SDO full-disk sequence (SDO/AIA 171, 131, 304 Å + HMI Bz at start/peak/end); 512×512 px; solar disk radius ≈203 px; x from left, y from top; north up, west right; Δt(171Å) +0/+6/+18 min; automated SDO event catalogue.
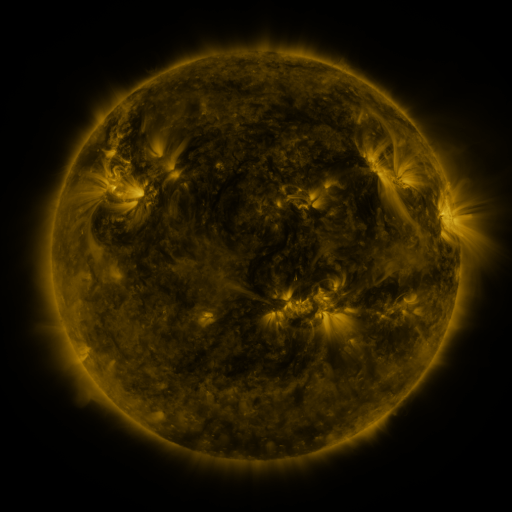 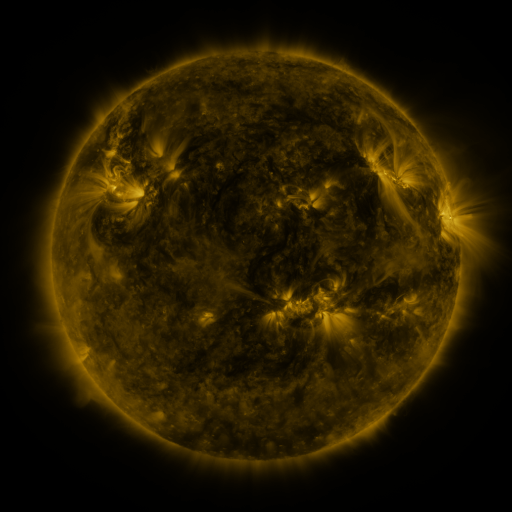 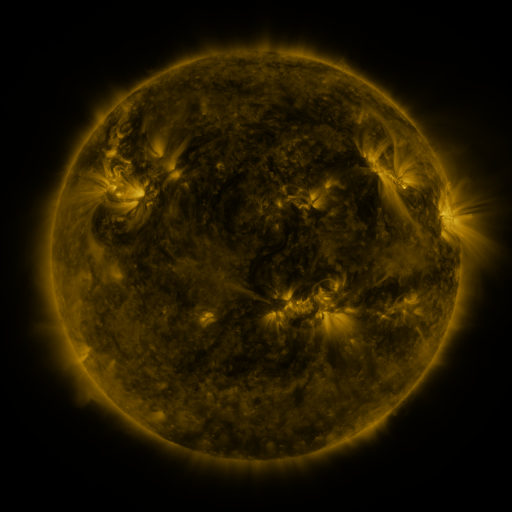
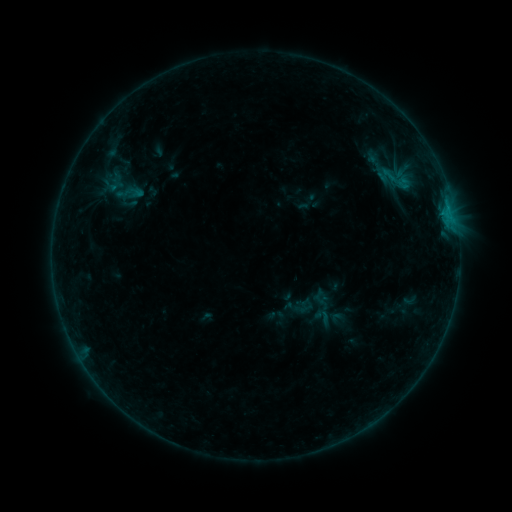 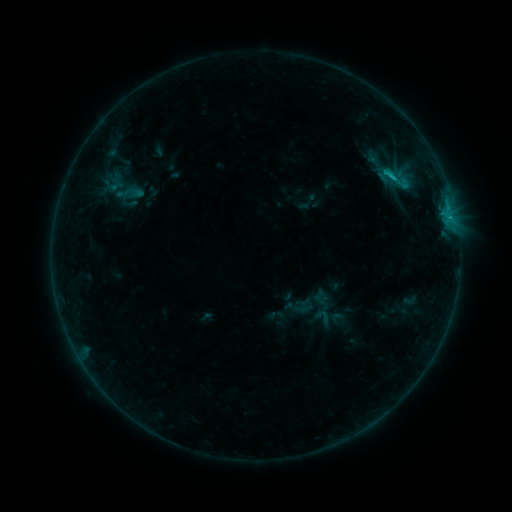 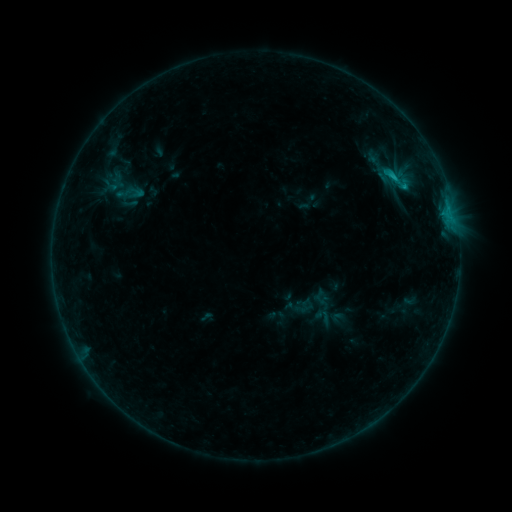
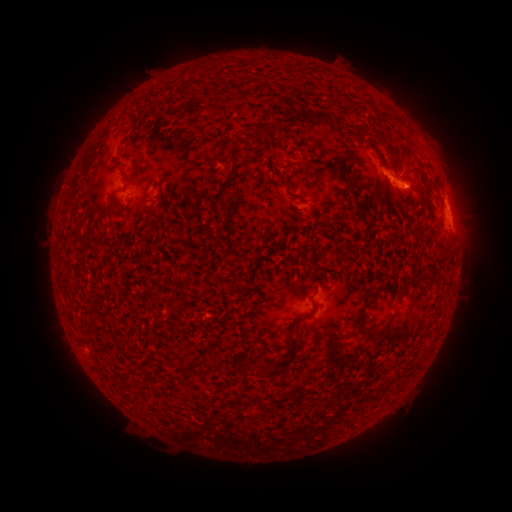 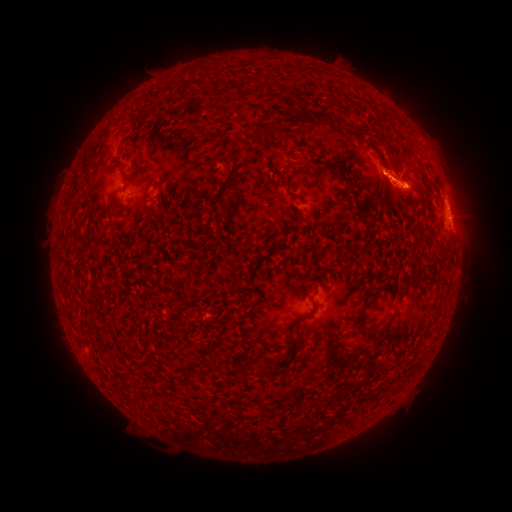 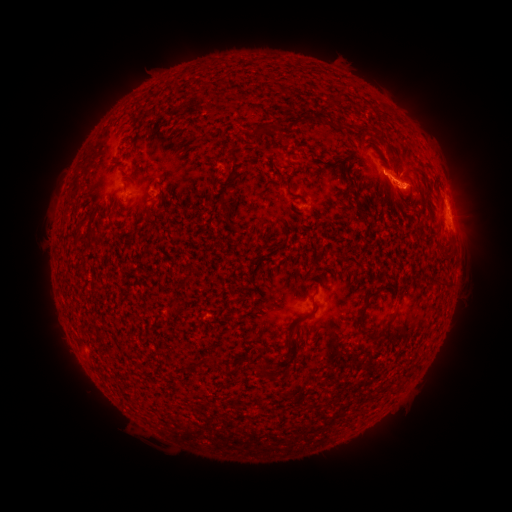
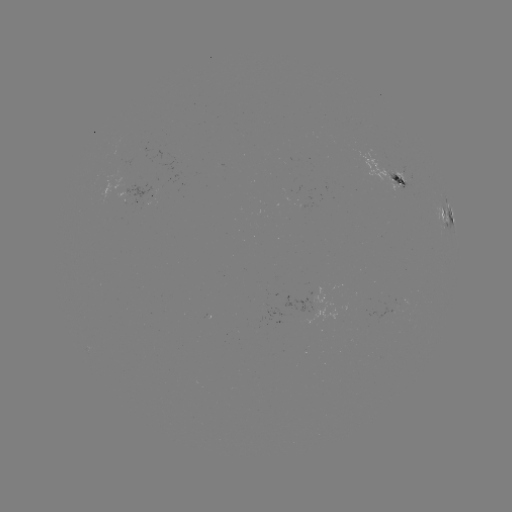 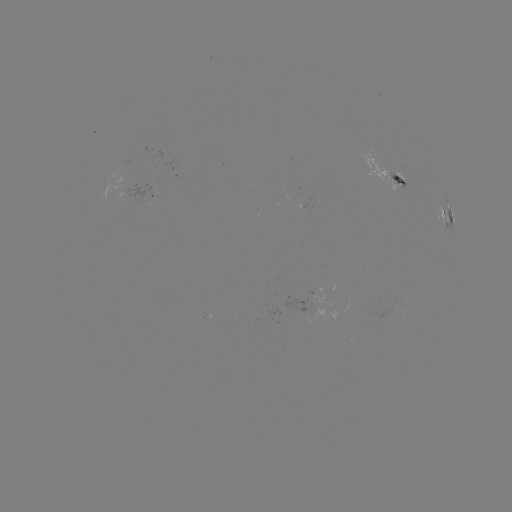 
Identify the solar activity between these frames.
C2.2 flare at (393, 179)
